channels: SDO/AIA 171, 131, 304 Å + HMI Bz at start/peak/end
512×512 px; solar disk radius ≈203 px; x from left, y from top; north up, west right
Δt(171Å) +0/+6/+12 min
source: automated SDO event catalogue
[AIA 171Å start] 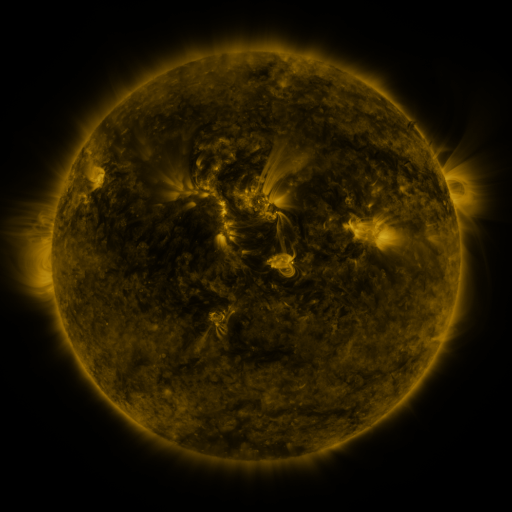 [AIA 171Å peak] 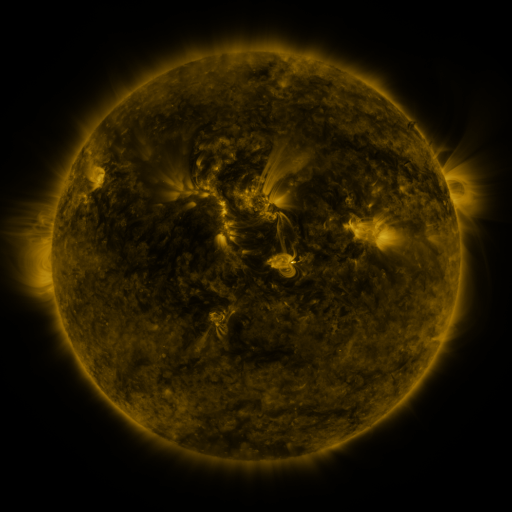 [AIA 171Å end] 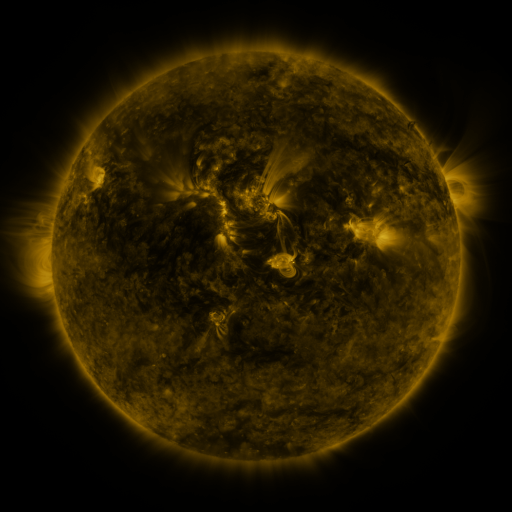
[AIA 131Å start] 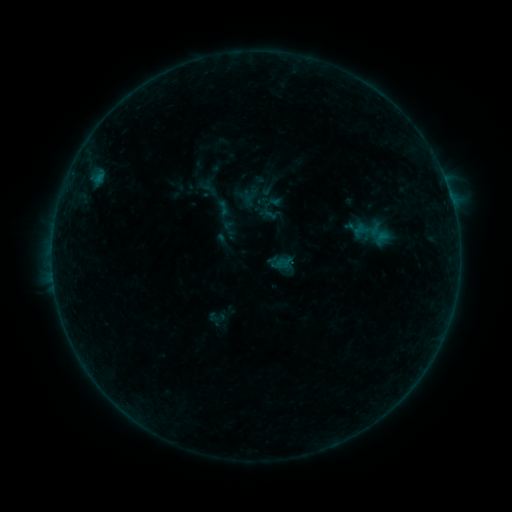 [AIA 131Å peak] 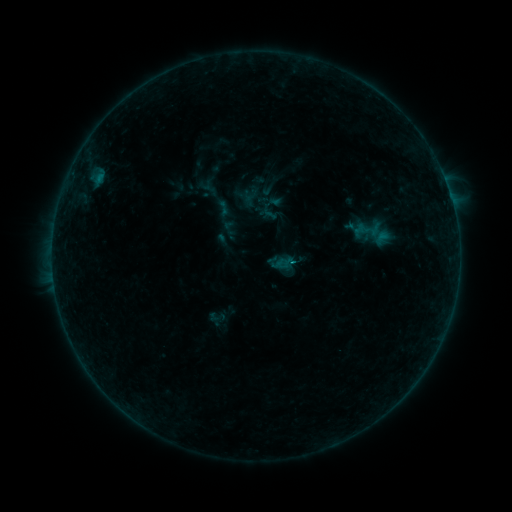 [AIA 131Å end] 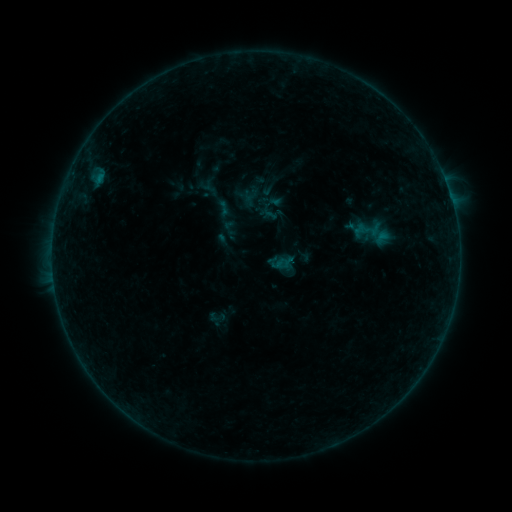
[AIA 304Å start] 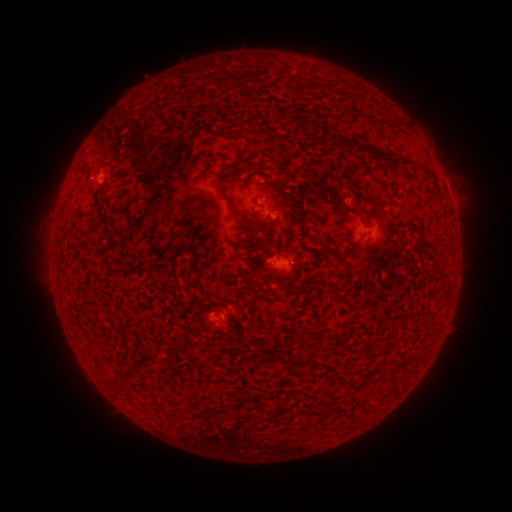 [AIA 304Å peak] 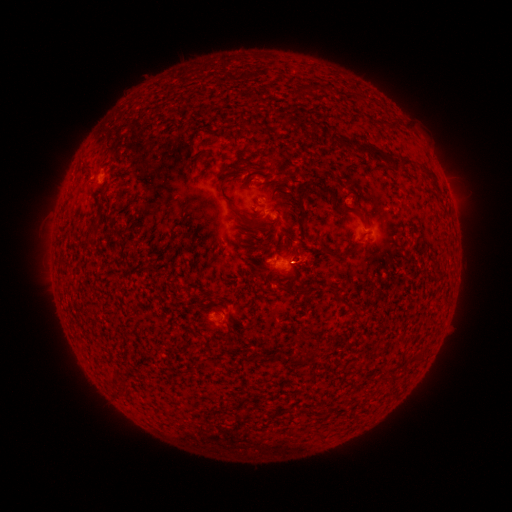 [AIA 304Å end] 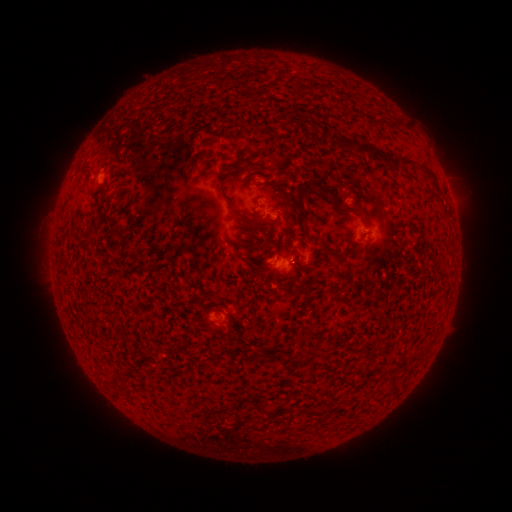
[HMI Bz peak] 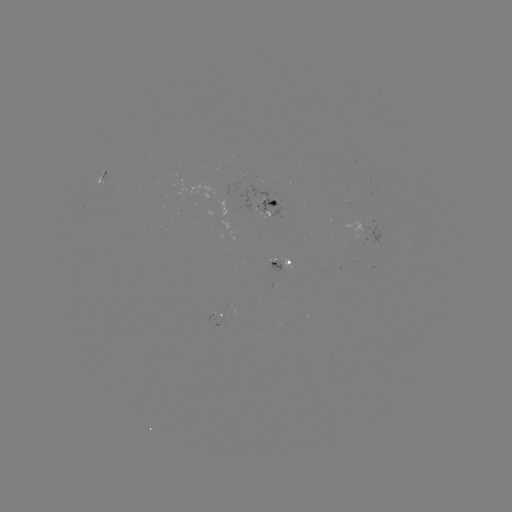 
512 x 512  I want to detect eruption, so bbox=[283, 237, 325, 281].